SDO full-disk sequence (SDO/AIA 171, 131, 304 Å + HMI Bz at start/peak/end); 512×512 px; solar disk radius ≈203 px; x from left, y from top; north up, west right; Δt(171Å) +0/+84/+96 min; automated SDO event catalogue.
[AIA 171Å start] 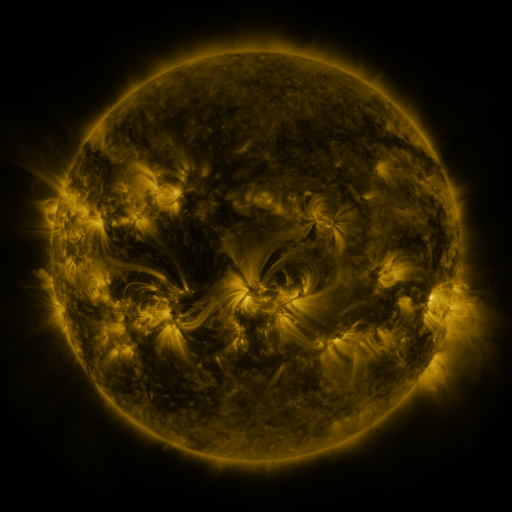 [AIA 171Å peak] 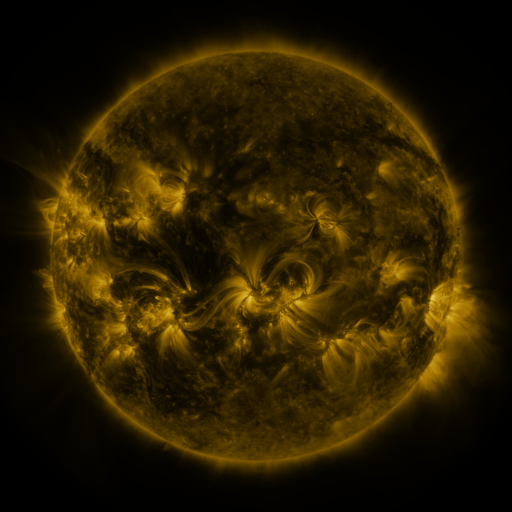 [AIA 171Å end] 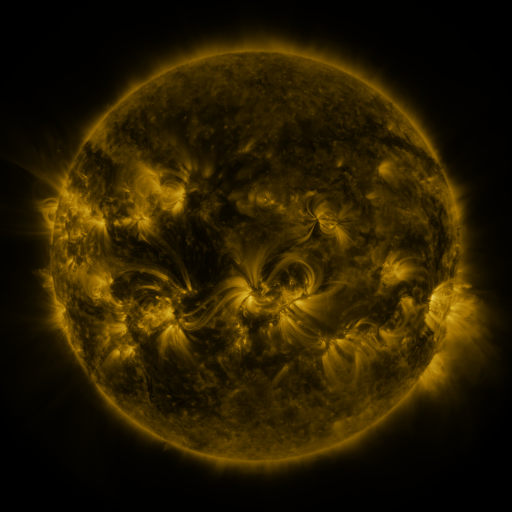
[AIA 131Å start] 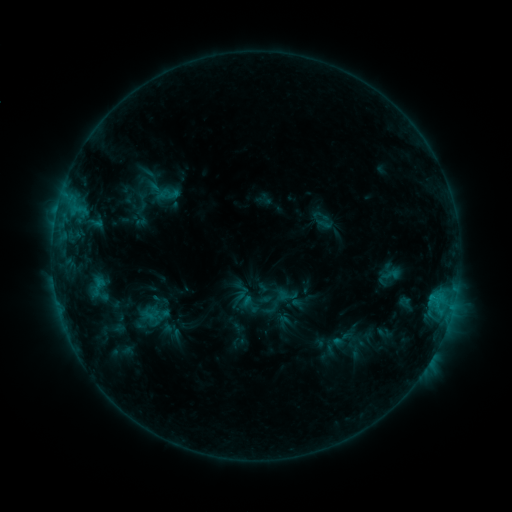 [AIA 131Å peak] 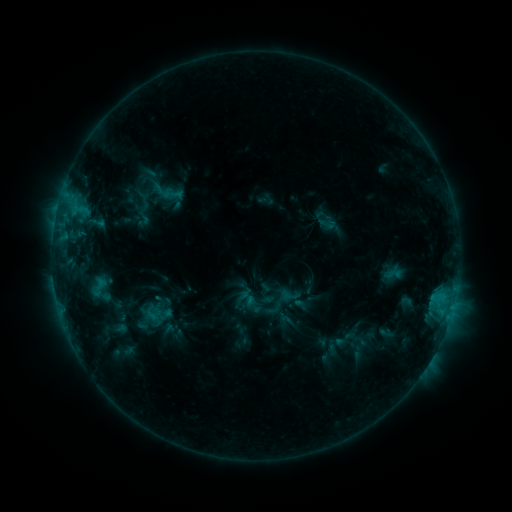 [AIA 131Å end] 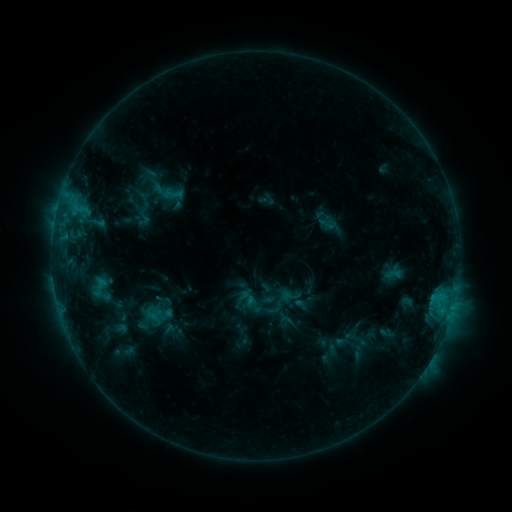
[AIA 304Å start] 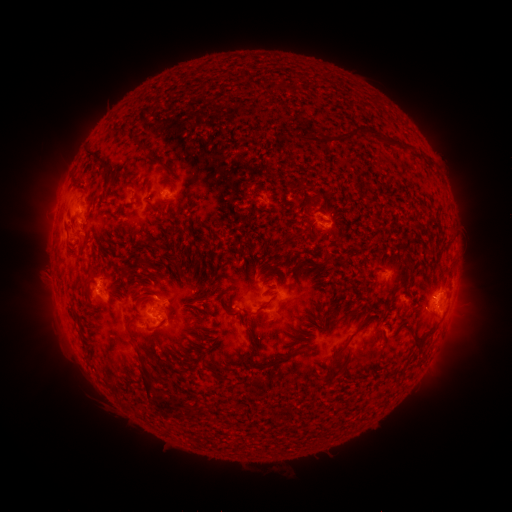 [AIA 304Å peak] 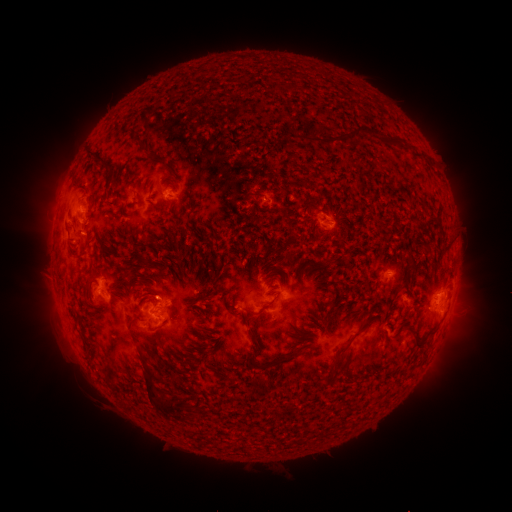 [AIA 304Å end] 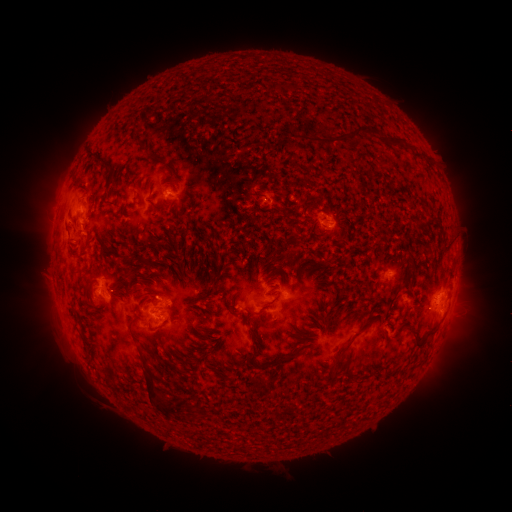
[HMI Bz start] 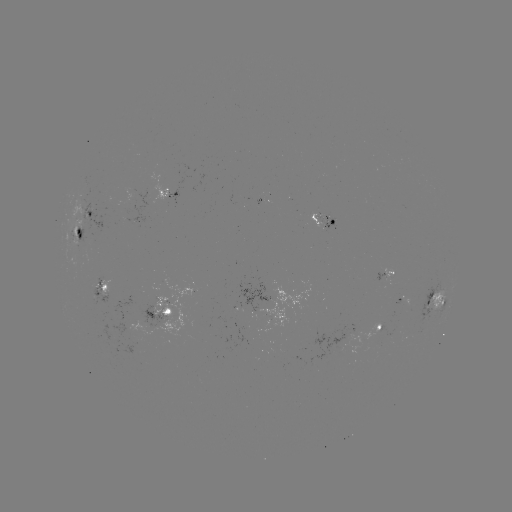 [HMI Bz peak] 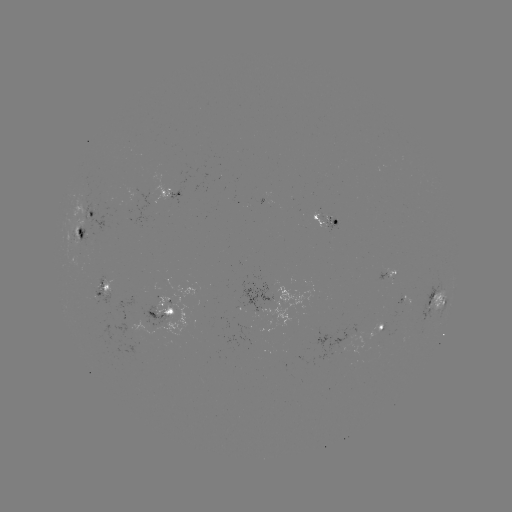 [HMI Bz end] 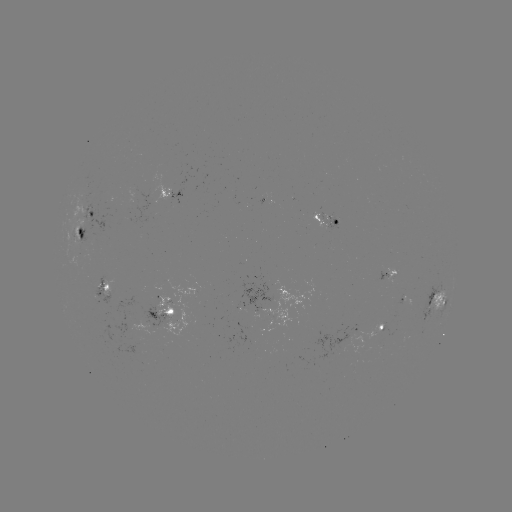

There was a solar emerging-flux region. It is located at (385, 278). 